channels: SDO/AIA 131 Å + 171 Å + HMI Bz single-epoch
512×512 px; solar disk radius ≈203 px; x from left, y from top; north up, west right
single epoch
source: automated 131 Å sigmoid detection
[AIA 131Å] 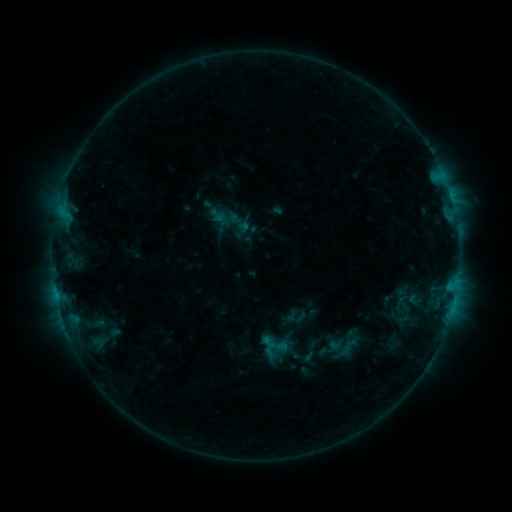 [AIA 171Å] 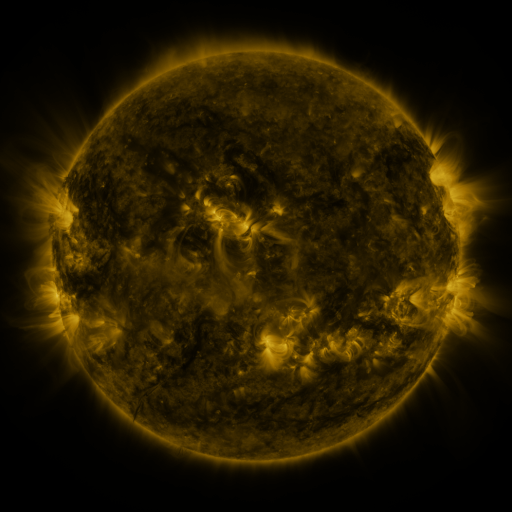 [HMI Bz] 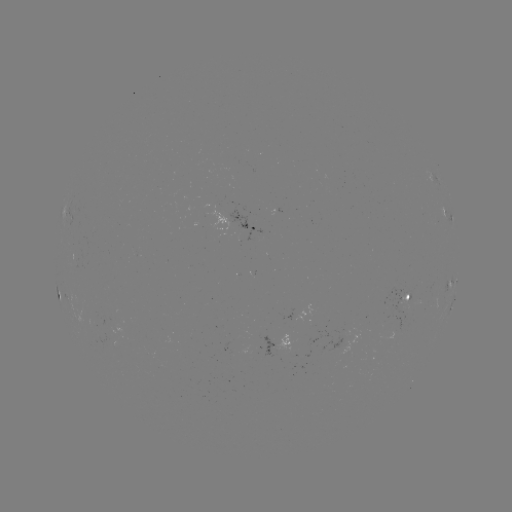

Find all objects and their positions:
sigmoid: (339, 354)
